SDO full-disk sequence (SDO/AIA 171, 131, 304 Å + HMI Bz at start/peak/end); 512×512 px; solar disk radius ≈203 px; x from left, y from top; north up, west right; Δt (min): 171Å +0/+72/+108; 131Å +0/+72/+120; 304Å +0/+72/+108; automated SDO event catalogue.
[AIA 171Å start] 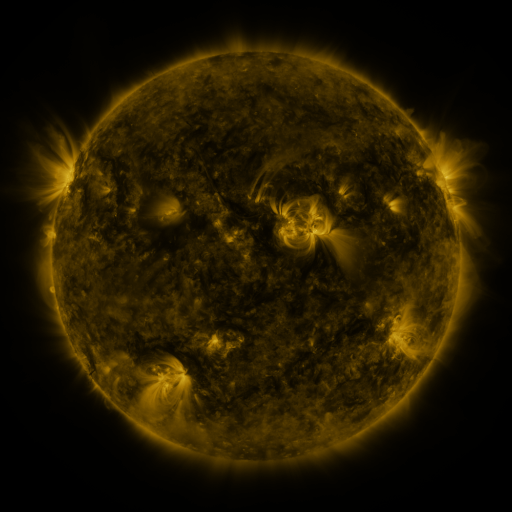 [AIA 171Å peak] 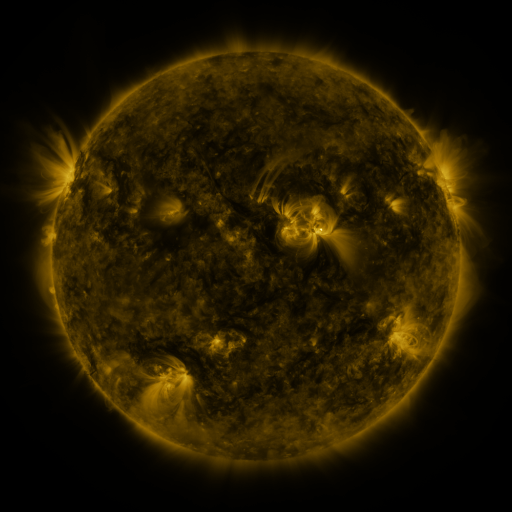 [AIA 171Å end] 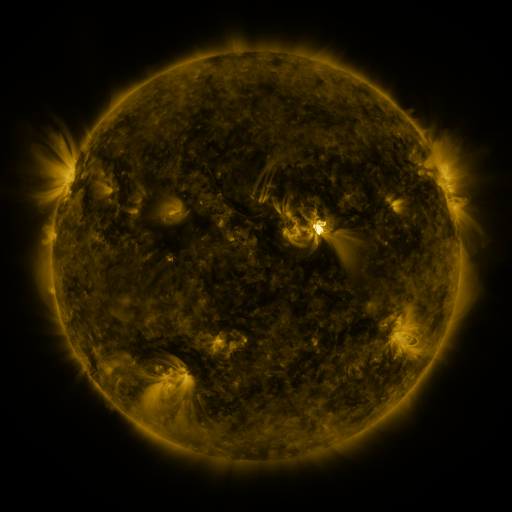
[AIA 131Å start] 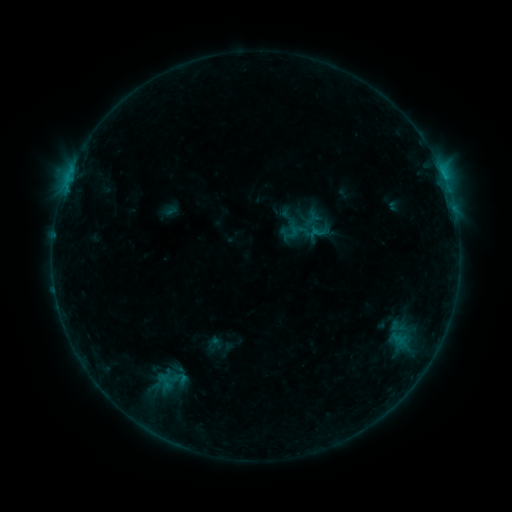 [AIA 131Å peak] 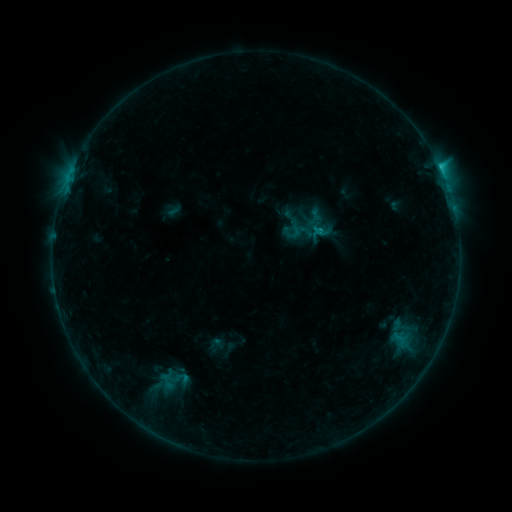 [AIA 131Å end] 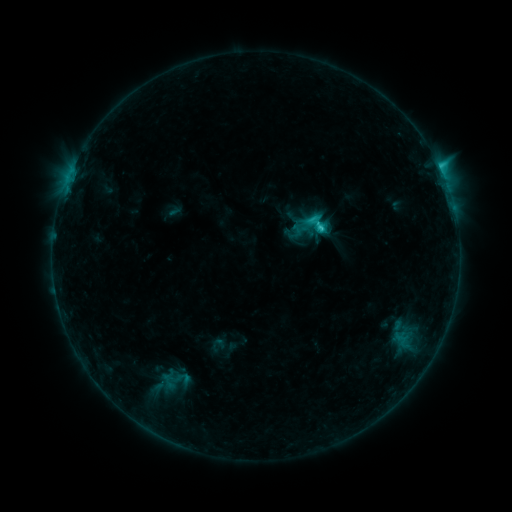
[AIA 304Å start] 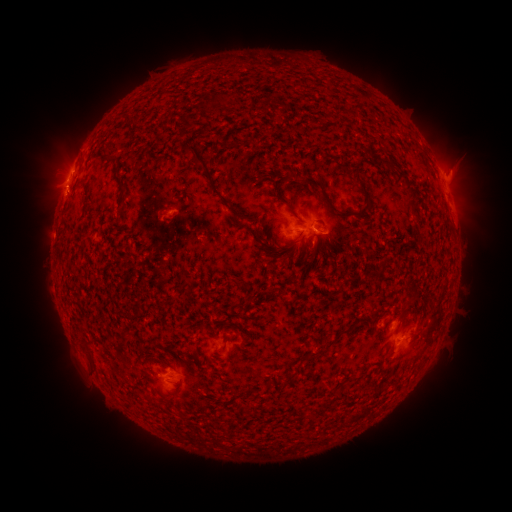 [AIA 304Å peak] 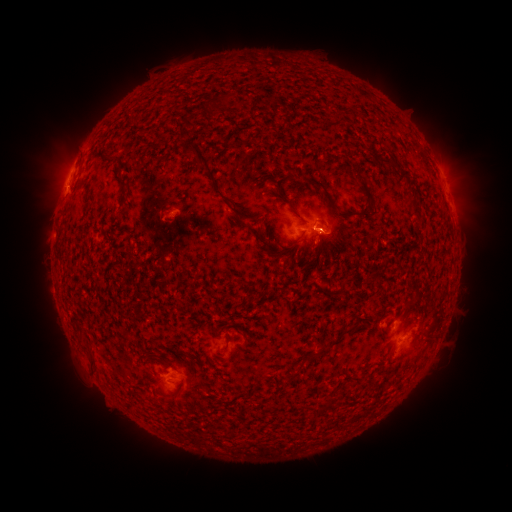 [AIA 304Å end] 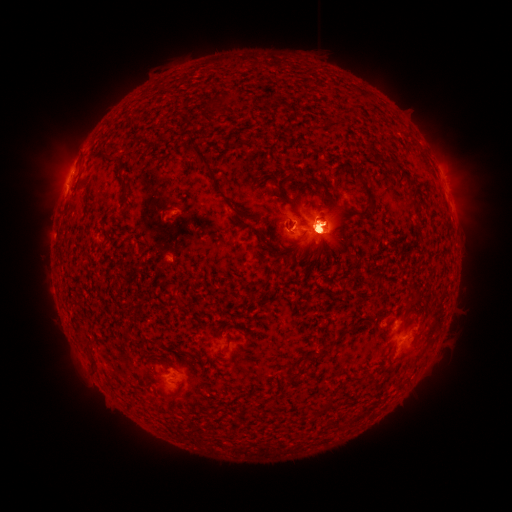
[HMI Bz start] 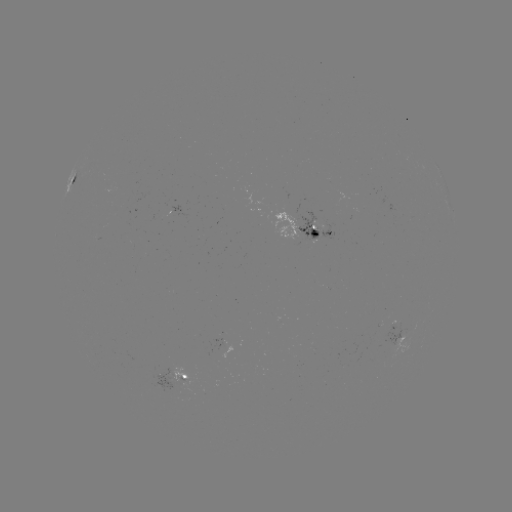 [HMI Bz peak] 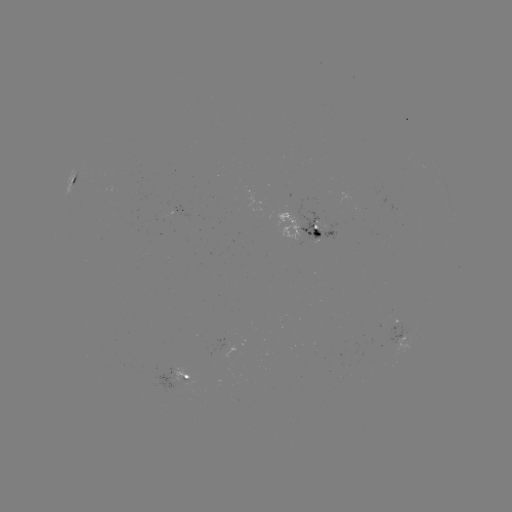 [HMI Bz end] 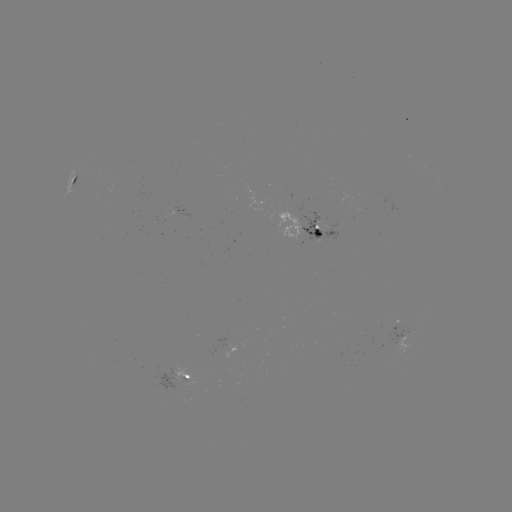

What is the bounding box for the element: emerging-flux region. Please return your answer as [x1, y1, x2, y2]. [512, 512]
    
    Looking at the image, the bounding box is [387, 323, 405, 345].